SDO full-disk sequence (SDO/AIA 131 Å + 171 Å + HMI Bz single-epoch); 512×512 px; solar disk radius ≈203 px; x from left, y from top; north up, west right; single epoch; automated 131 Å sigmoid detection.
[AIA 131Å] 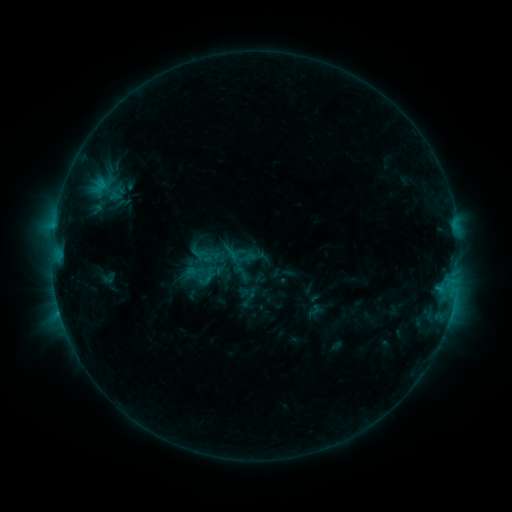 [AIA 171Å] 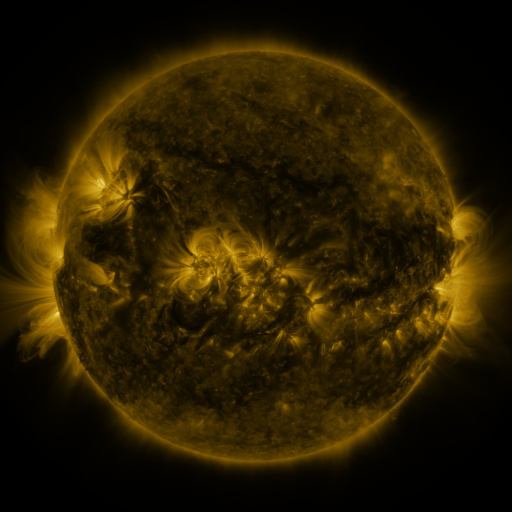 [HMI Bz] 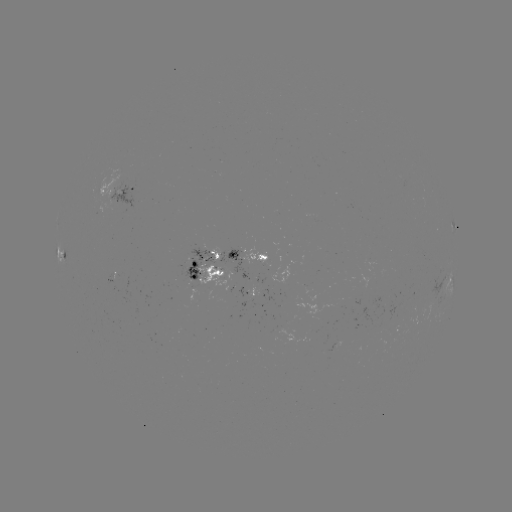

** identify sigmoid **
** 210,274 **